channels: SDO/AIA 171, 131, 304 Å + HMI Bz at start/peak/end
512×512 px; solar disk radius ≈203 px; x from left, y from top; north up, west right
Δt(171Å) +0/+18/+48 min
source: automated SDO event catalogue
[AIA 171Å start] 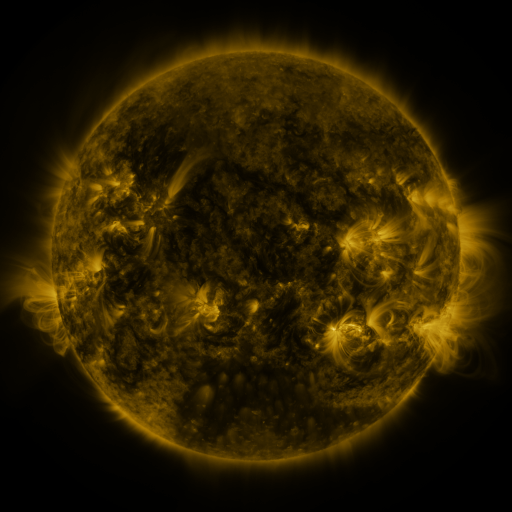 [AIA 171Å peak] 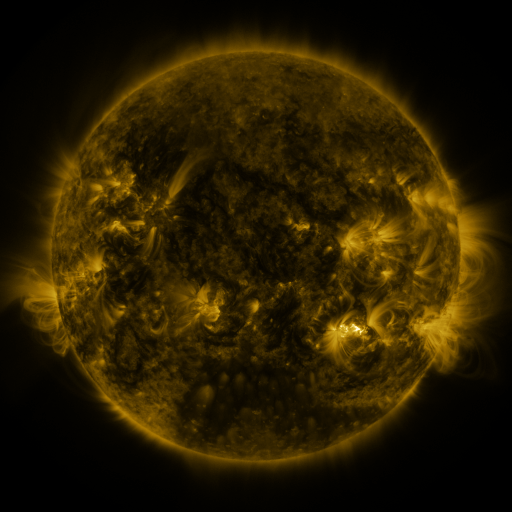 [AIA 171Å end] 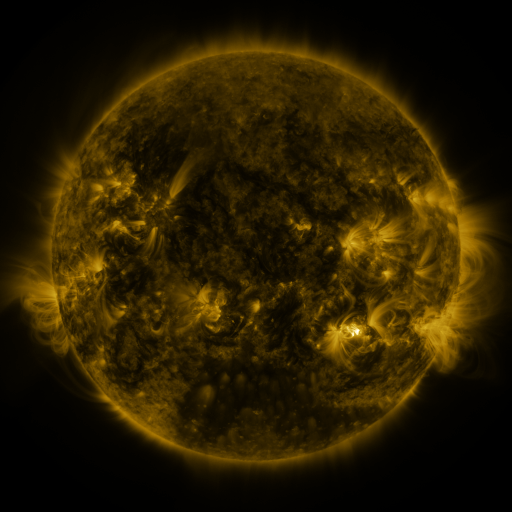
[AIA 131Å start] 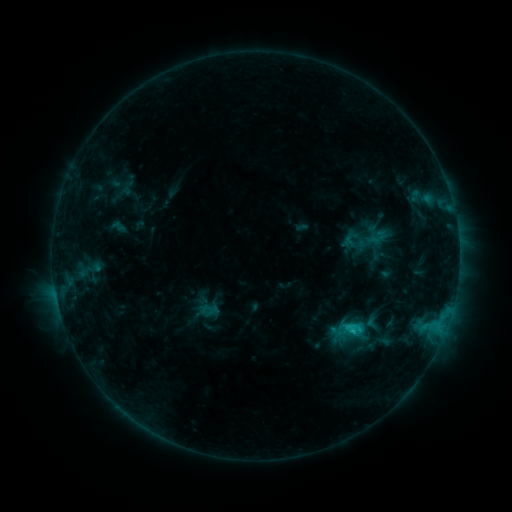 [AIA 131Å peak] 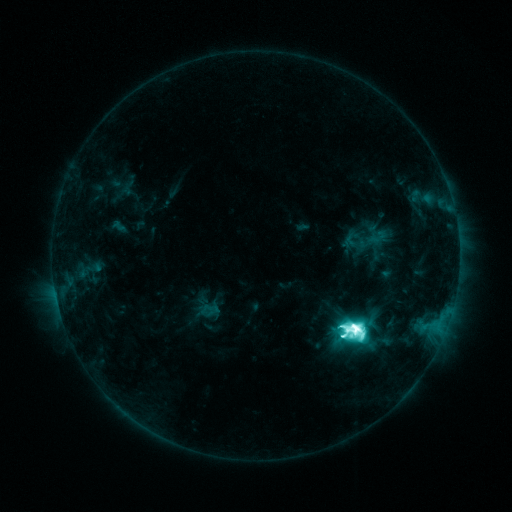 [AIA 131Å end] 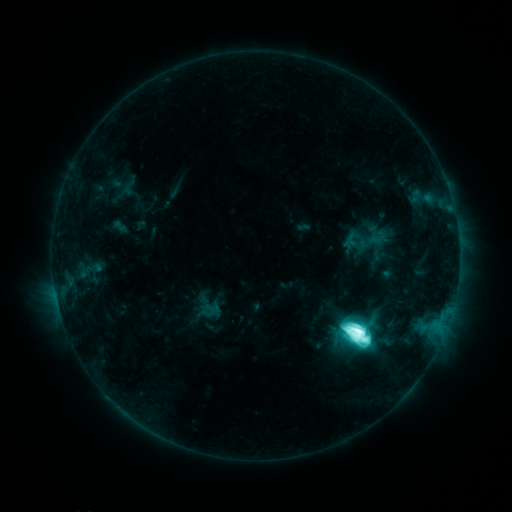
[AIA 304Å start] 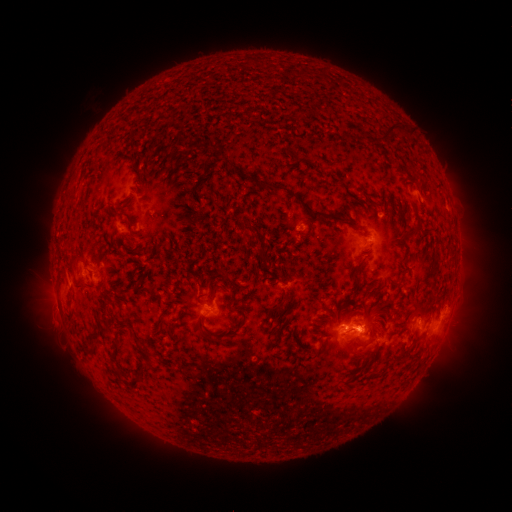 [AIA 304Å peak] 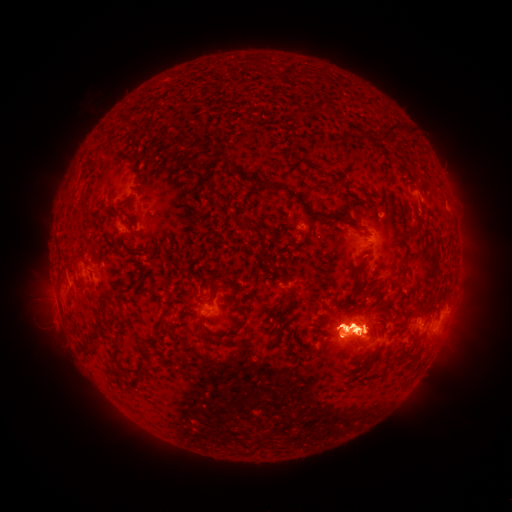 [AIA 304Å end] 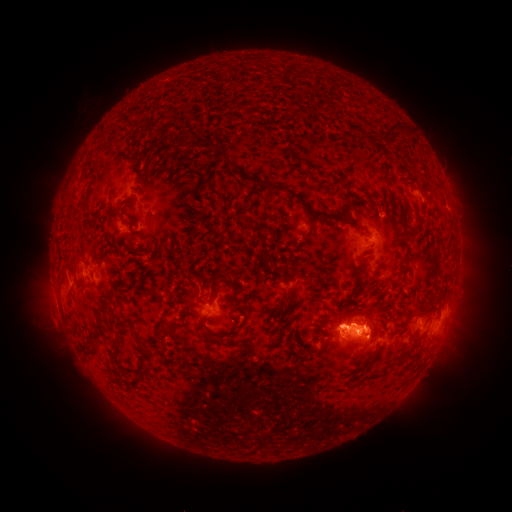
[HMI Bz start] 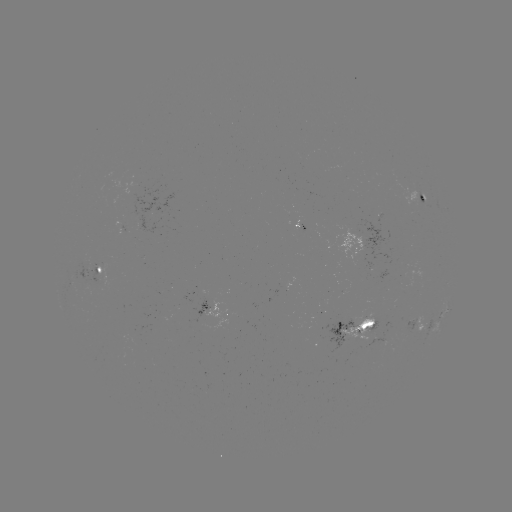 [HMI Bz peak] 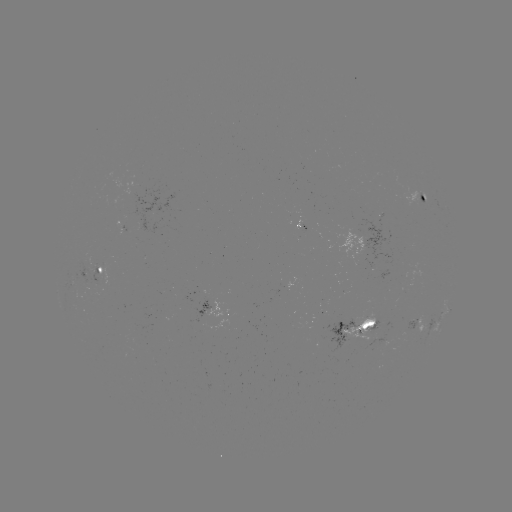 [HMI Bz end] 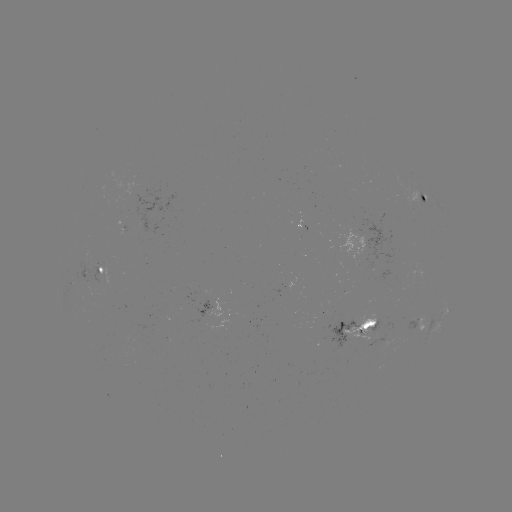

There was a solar flare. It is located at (354, 327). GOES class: M6.1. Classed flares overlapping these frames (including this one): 2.